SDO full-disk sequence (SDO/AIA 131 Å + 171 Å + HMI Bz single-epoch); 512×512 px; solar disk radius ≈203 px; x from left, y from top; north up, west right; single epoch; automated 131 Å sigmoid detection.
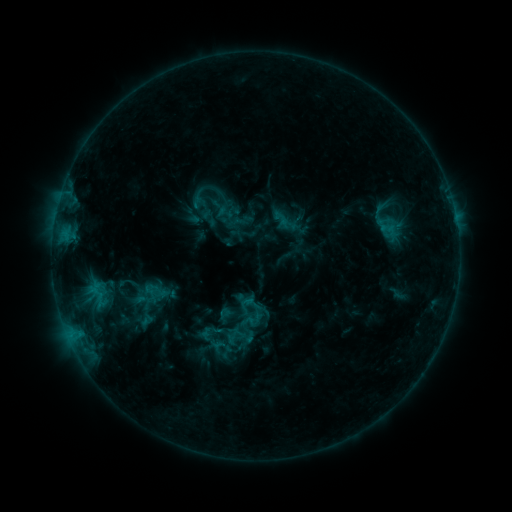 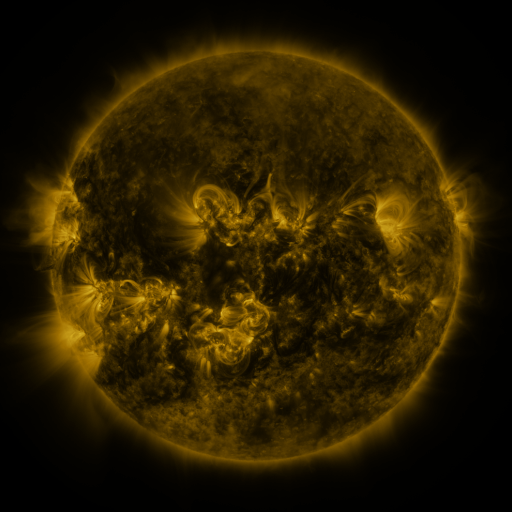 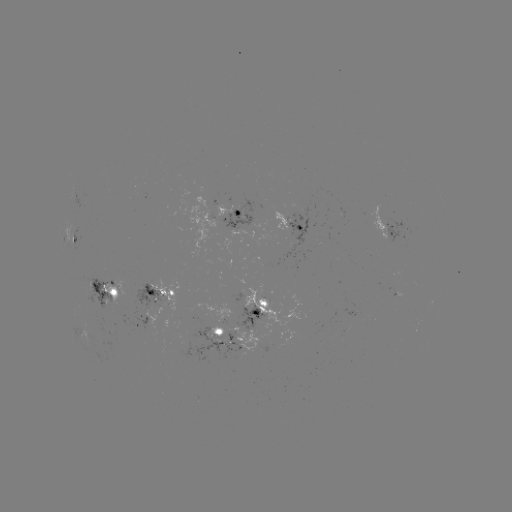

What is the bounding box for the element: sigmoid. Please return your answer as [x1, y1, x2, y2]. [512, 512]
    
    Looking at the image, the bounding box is [146, 284, 167, 303].